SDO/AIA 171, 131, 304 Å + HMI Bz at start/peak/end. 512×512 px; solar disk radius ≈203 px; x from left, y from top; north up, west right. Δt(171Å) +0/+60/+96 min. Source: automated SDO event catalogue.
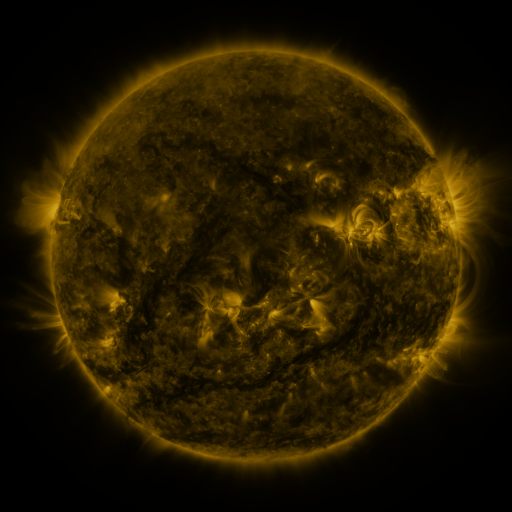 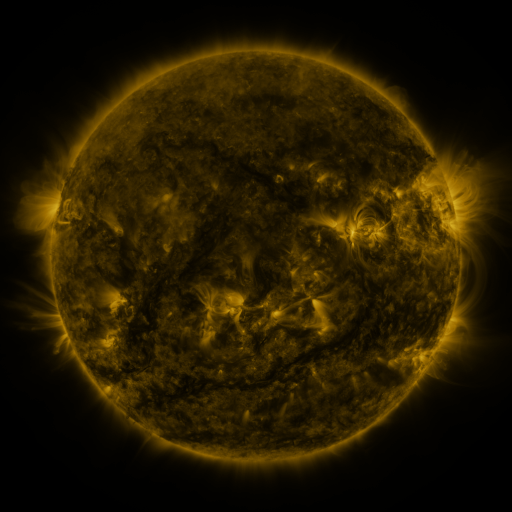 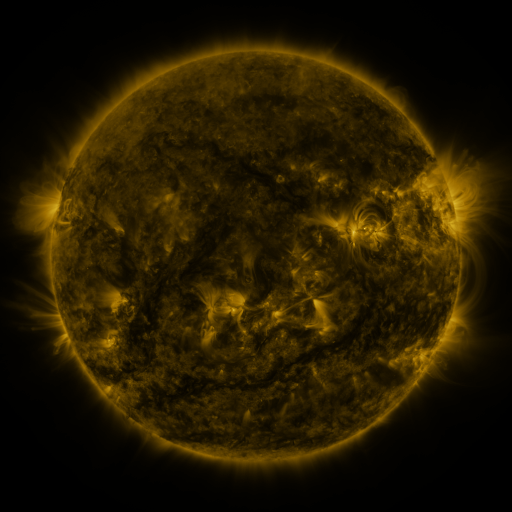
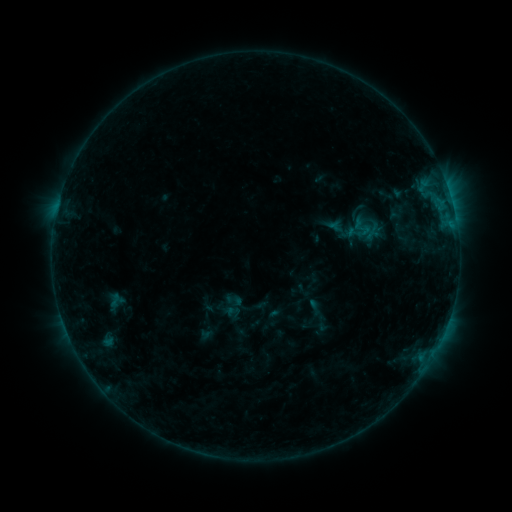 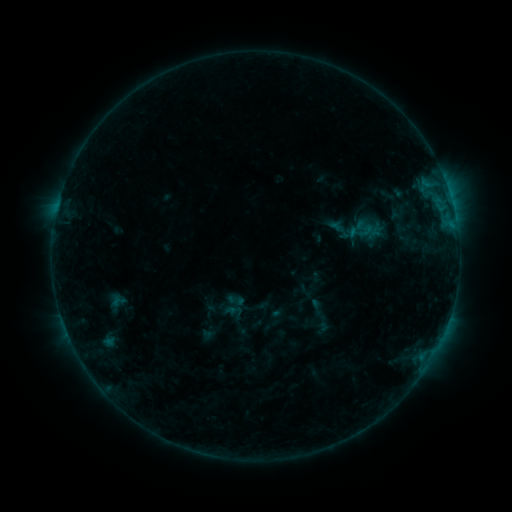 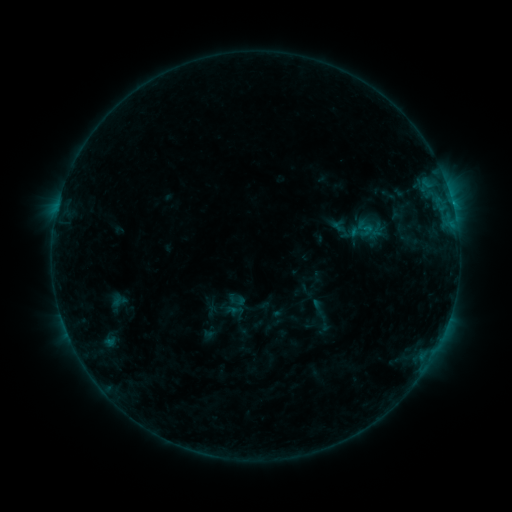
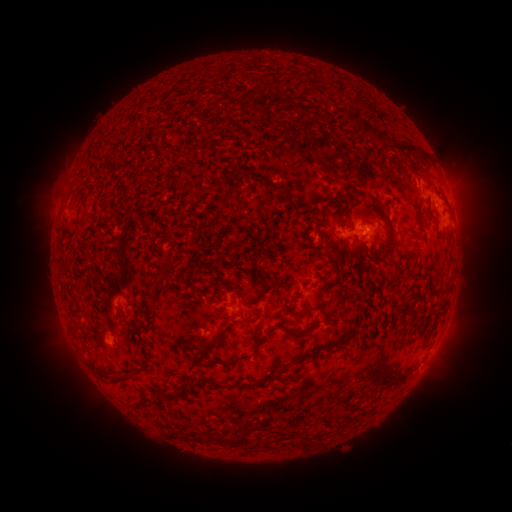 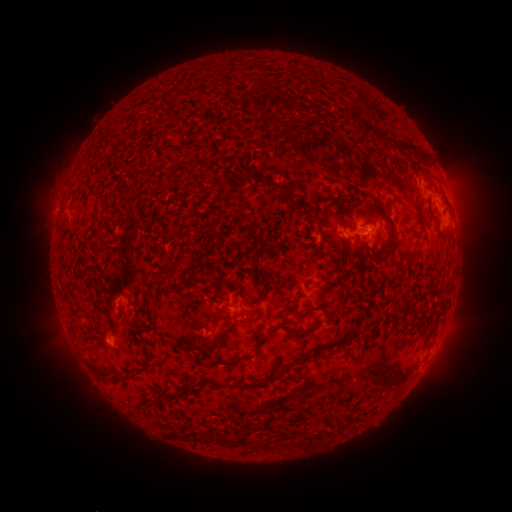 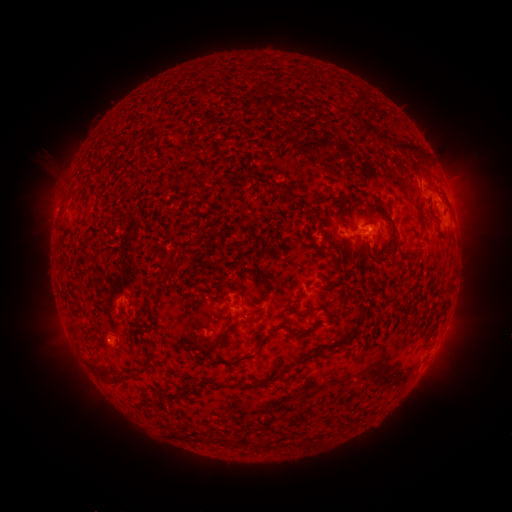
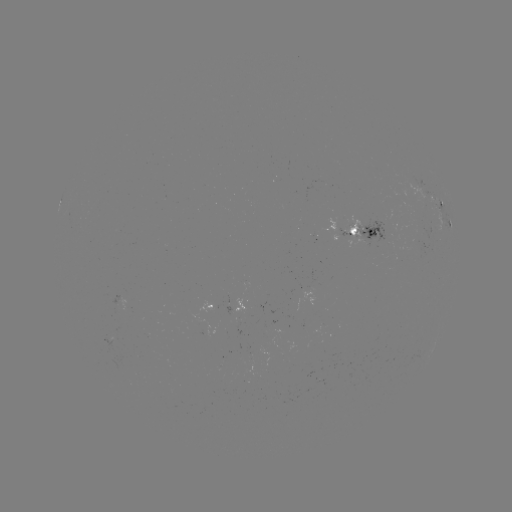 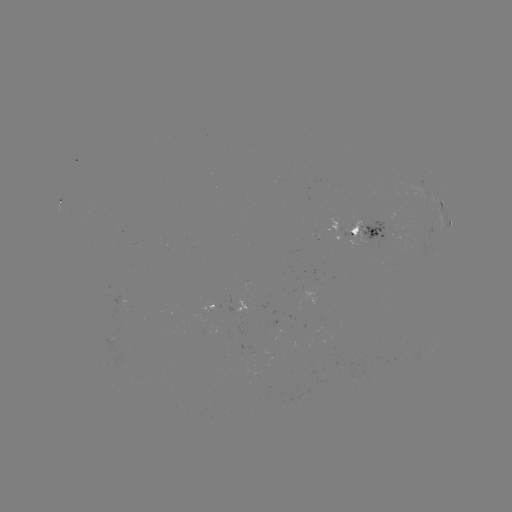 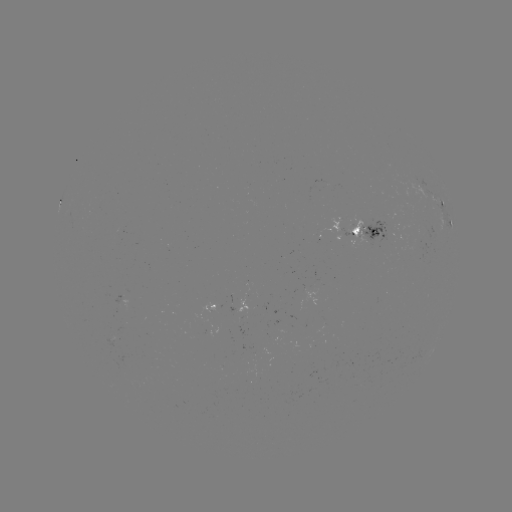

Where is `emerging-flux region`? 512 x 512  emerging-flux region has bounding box [317, 379, 327, 384].